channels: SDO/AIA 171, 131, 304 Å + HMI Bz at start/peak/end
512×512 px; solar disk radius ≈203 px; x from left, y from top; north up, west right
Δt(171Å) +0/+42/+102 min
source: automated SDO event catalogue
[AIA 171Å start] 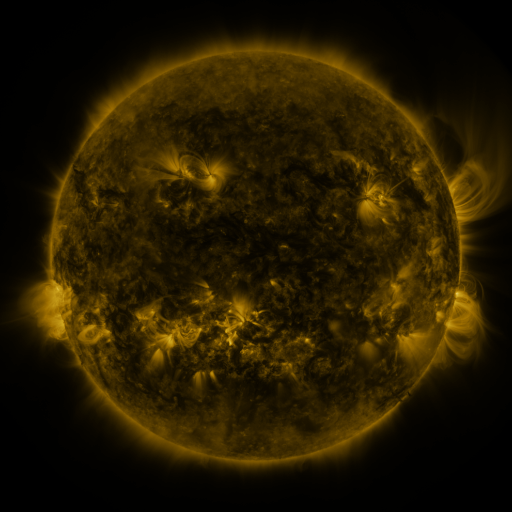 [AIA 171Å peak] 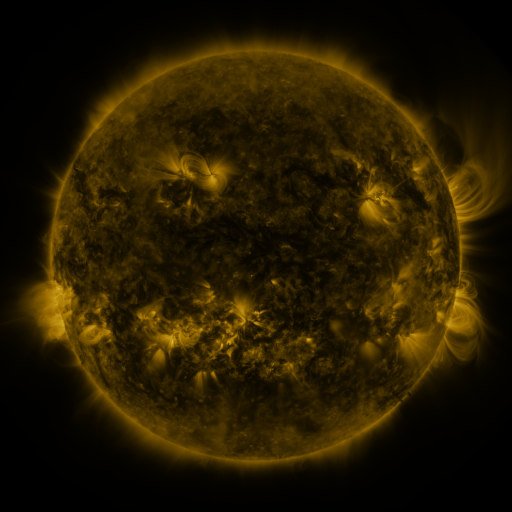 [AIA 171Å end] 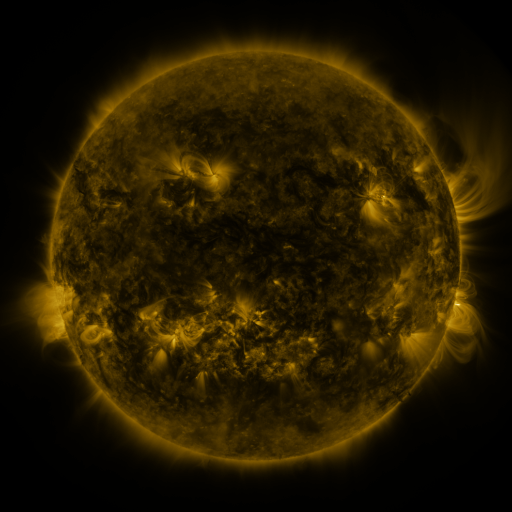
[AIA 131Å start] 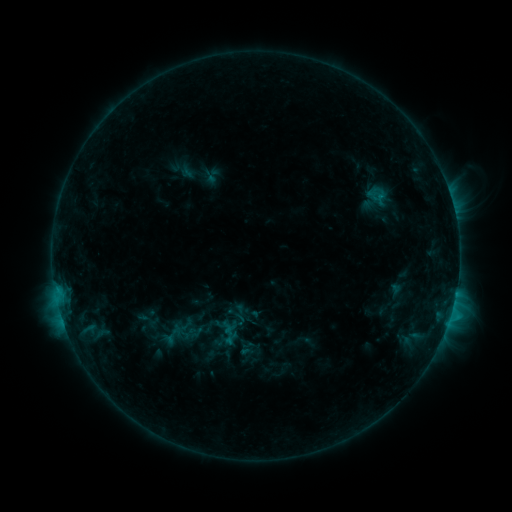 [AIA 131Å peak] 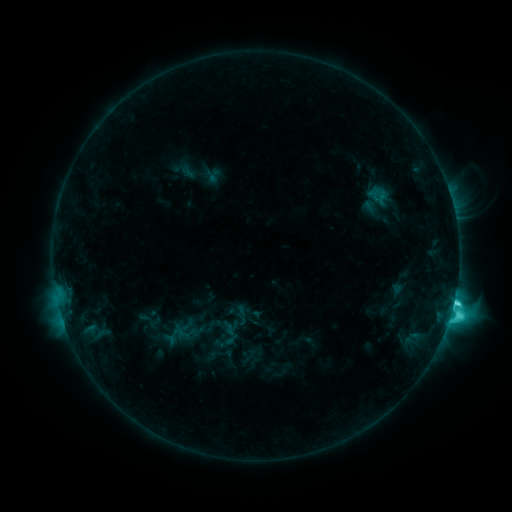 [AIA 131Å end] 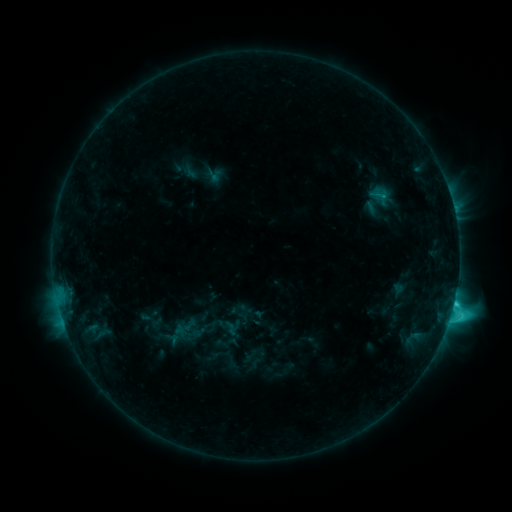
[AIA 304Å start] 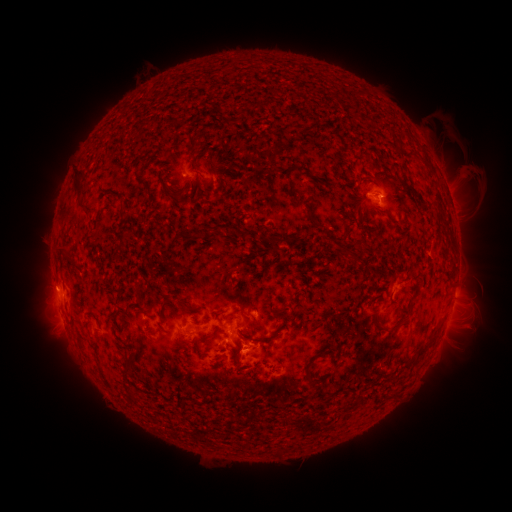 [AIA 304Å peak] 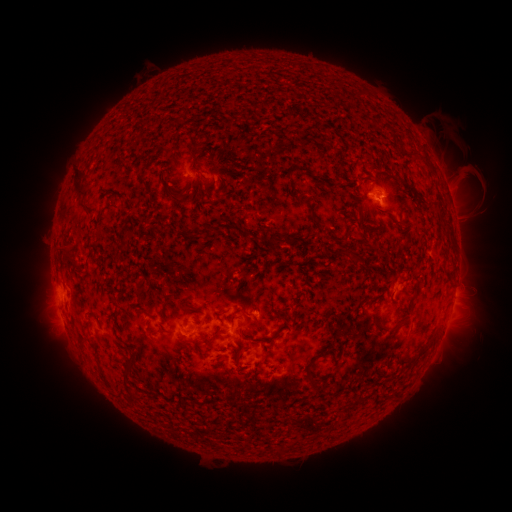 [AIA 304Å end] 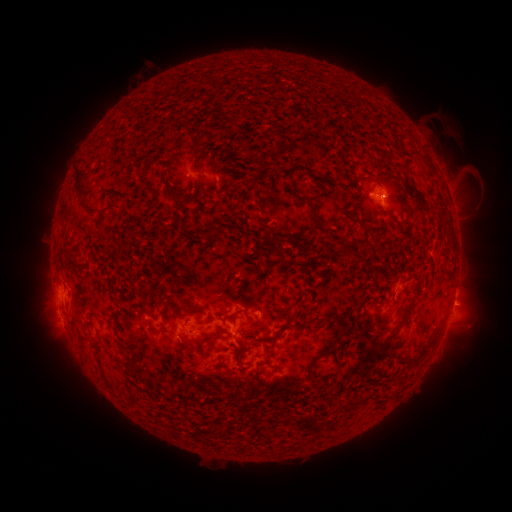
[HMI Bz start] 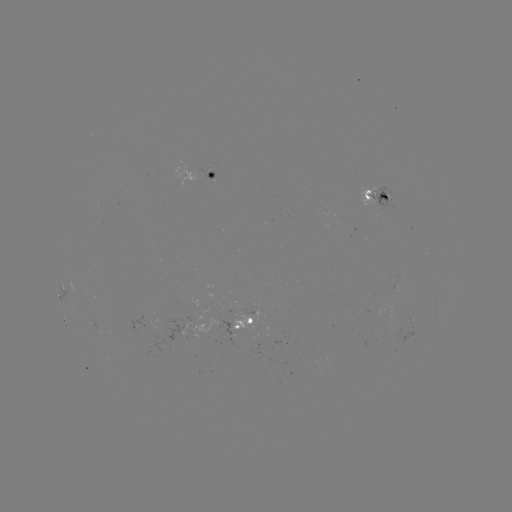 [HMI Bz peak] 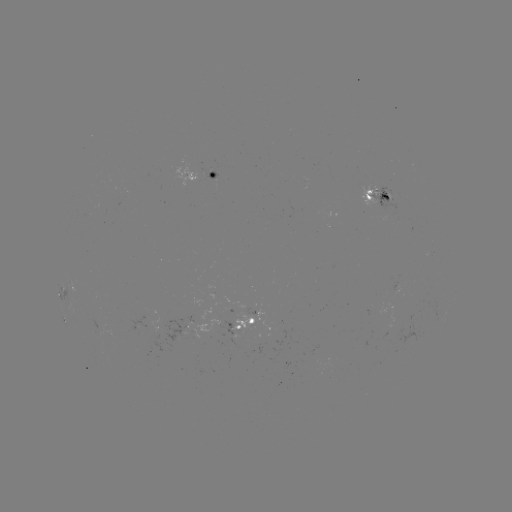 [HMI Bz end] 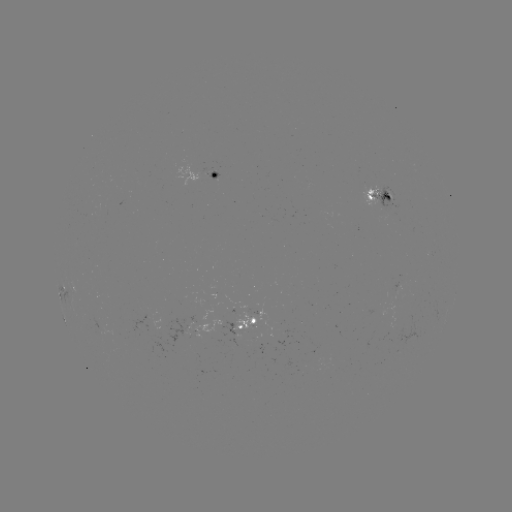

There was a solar flare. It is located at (453, 301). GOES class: C8.3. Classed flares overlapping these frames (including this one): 1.